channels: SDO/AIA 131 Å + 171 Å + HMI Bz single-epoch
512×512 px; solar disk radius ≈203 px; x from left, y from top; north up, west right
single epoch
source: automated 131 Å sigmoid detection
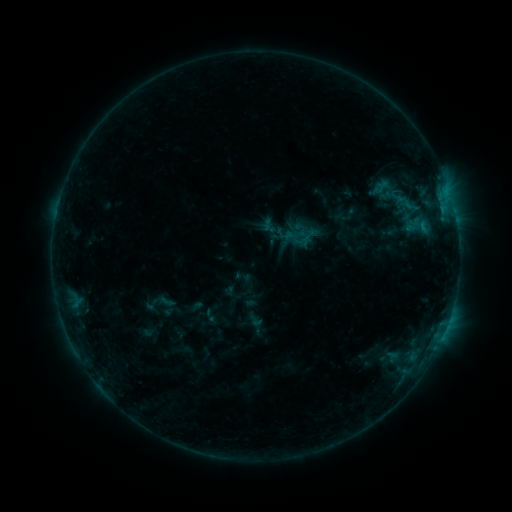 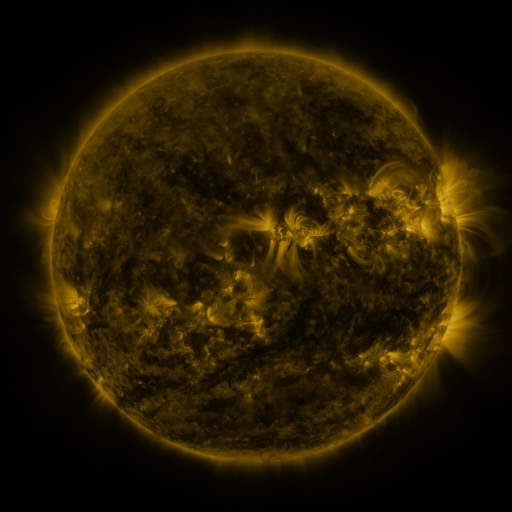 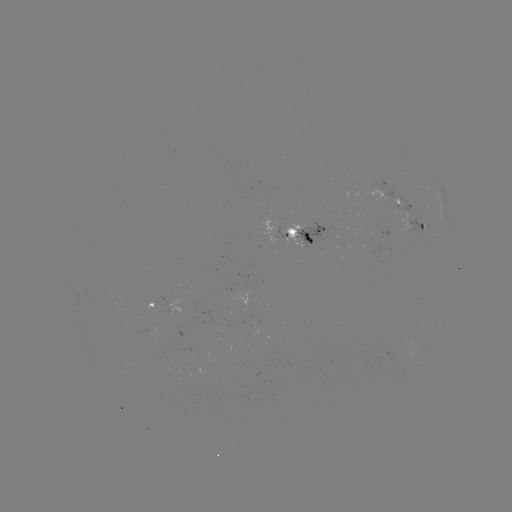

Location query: sigmoid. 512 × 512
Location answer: (414, 225).